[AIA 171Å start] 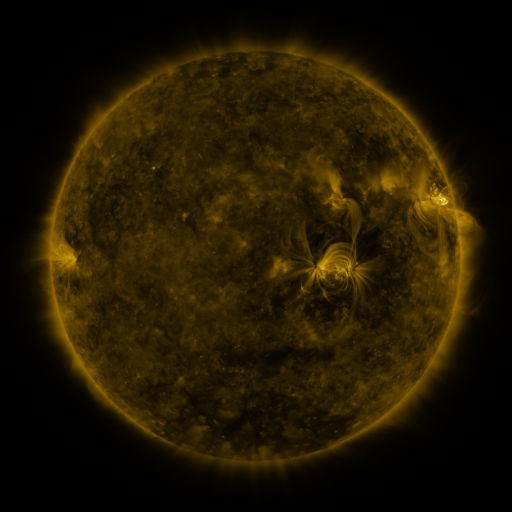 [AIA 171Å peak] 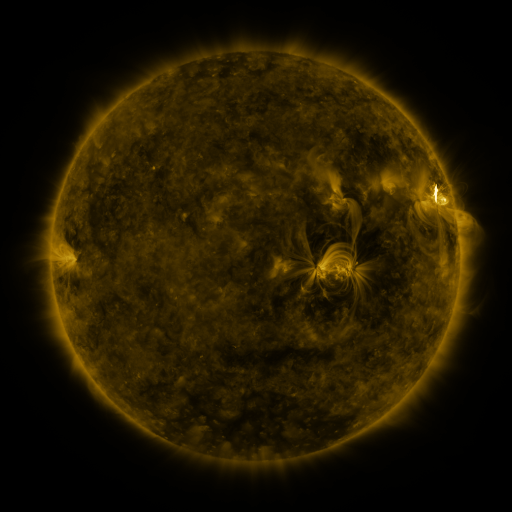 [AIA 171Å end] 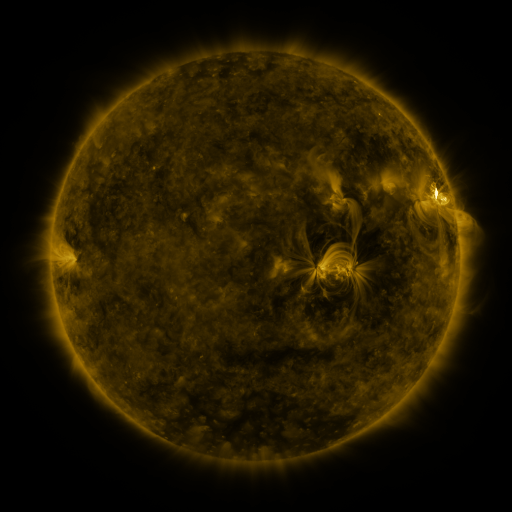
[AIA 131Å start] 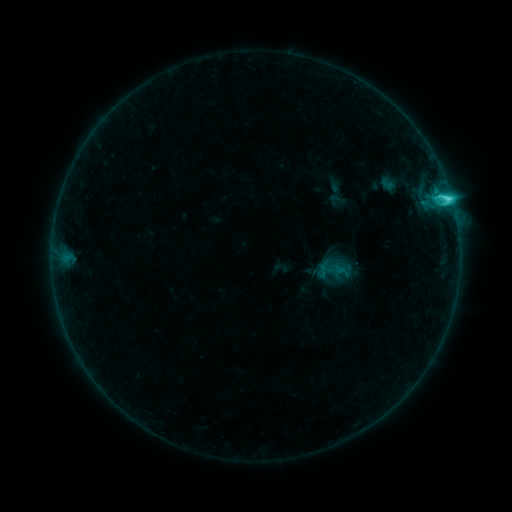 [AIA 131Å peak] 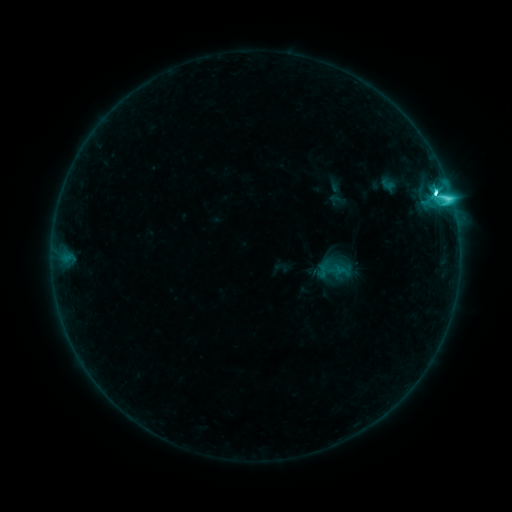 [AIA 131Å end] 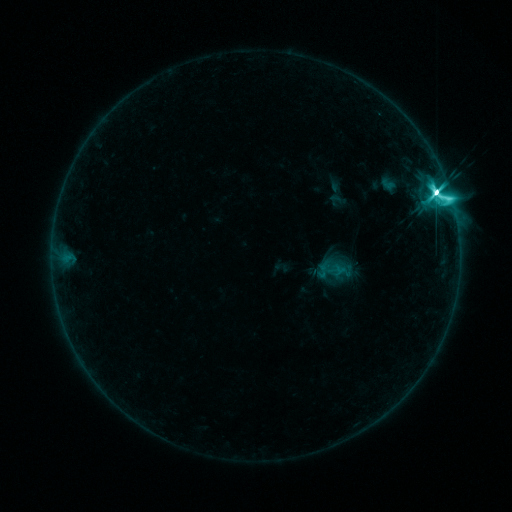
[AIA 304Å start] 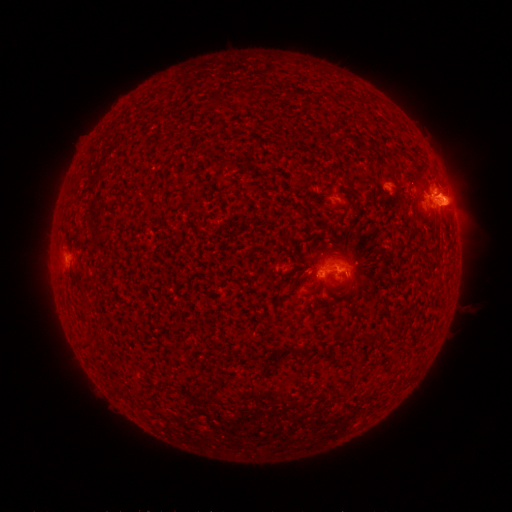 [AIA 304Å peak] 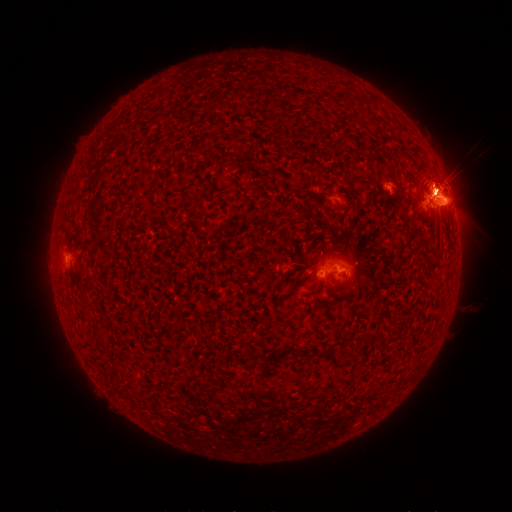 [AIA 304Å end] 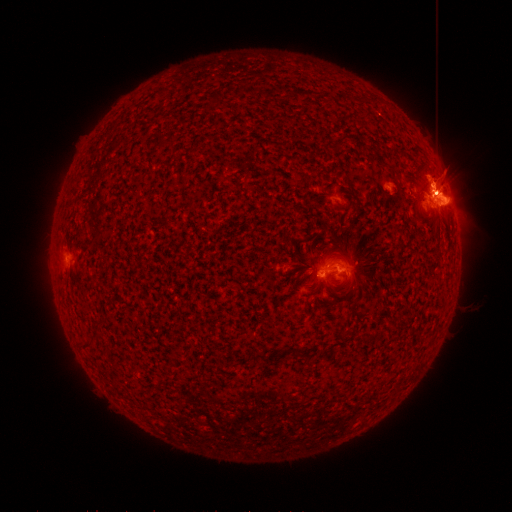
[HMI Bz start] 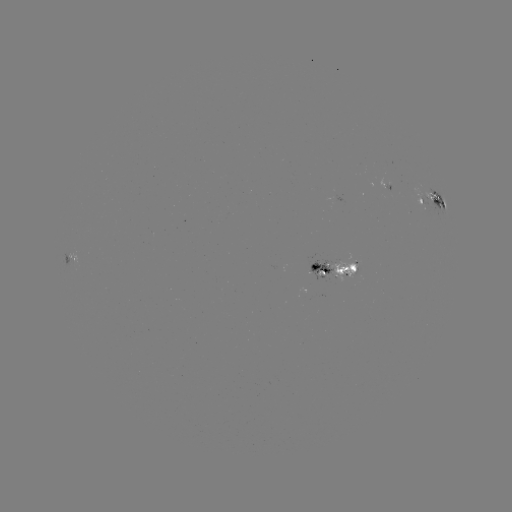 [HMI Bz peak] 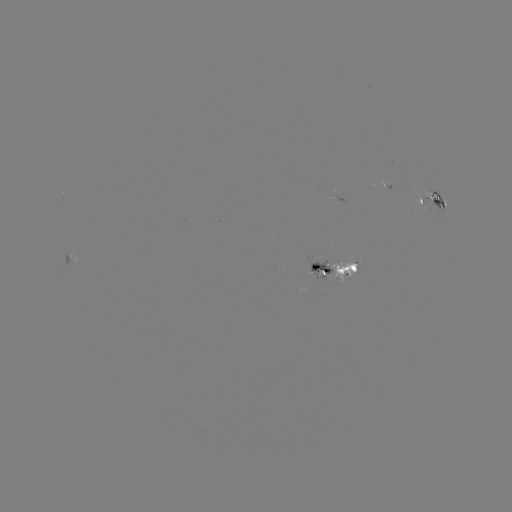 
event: flare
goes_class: M5.7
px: (435, 194)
